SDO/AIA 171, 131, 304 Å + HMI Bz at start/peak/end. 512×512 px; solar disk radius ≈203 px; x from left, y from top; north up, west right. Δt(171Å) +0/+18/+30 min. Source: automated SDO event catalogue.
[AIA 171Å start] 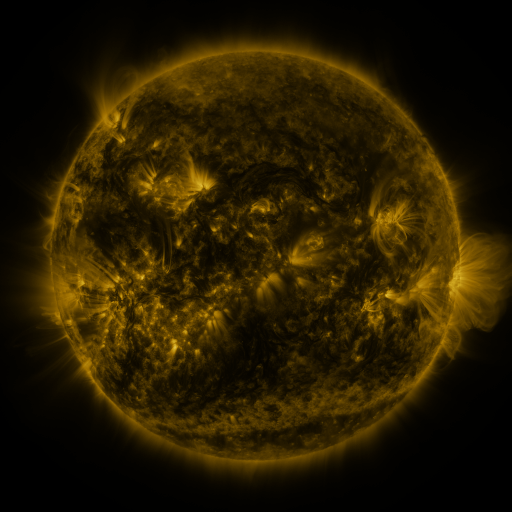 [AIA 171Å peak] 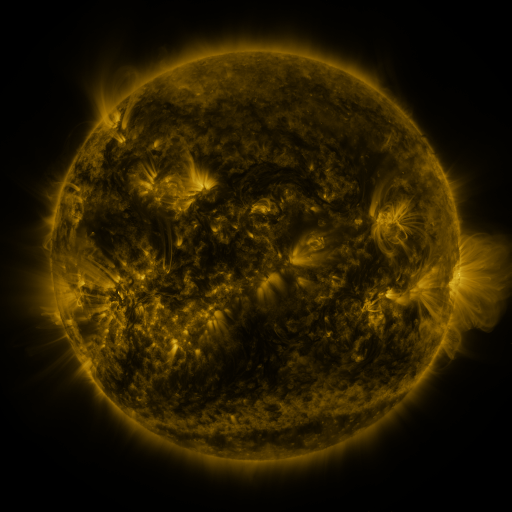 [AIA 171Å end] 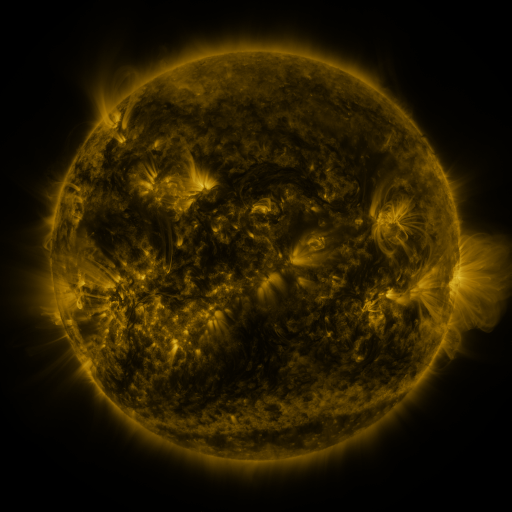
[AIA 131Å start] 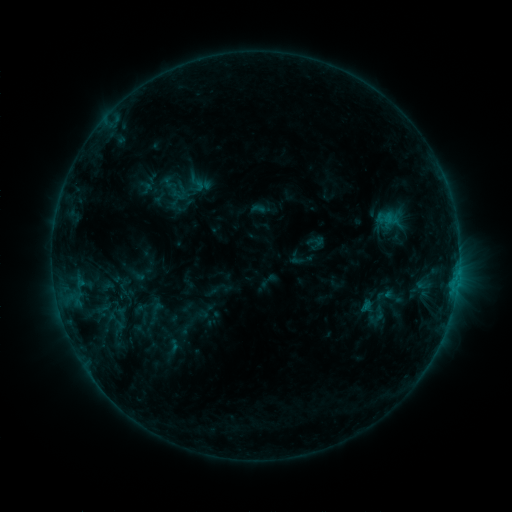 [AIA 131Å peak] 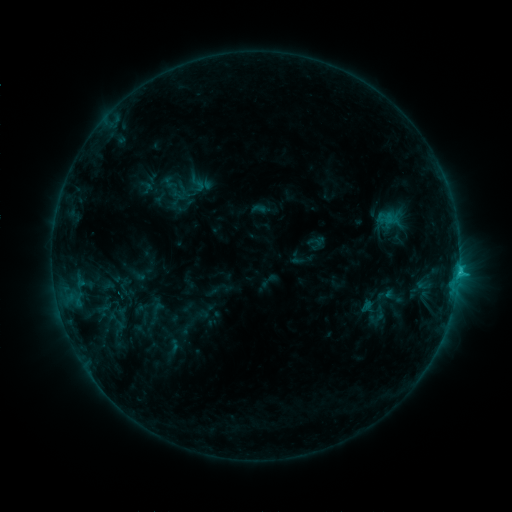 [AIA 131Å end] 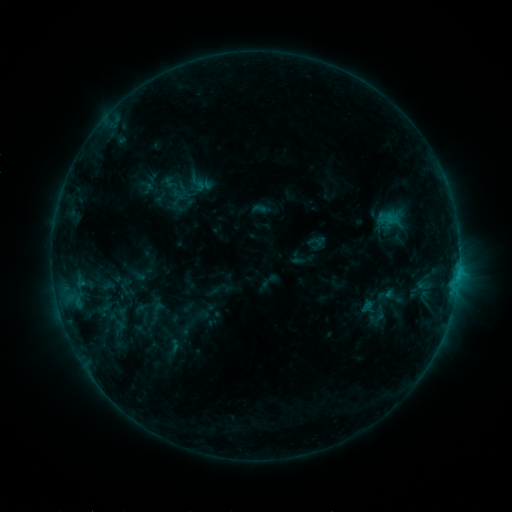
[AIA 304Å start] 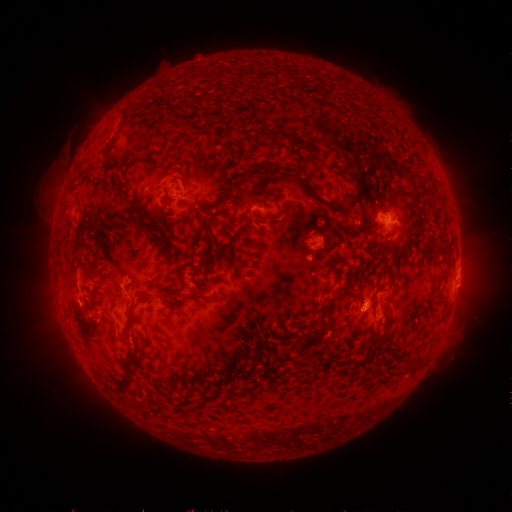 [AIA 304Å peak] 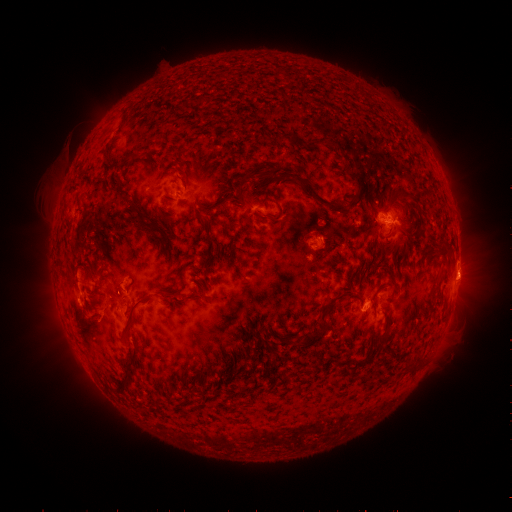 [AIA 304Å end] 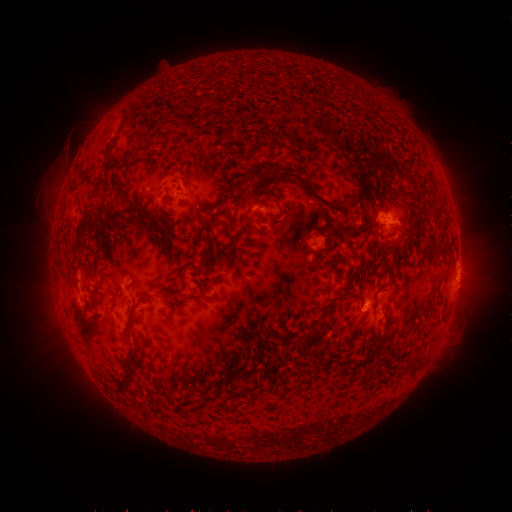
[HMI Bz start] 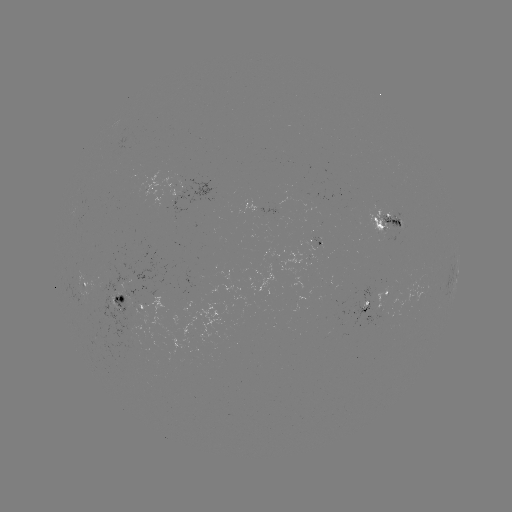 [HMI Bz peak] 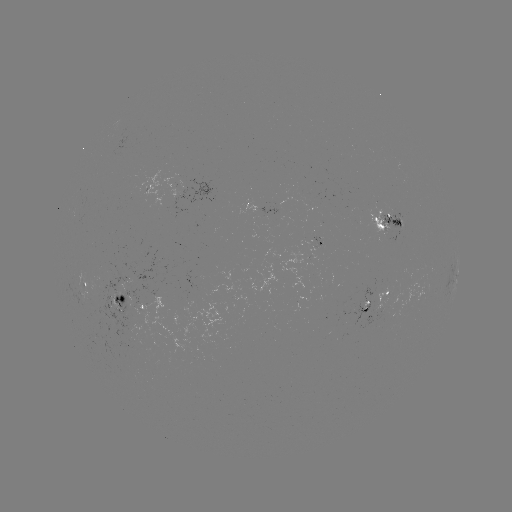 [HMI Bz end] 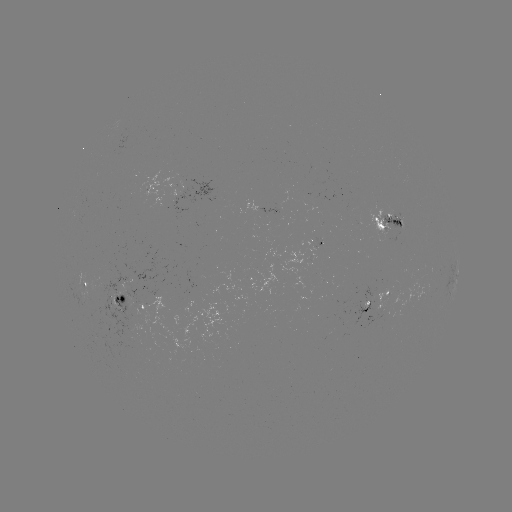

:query C1.6 flare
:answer (458, 269)